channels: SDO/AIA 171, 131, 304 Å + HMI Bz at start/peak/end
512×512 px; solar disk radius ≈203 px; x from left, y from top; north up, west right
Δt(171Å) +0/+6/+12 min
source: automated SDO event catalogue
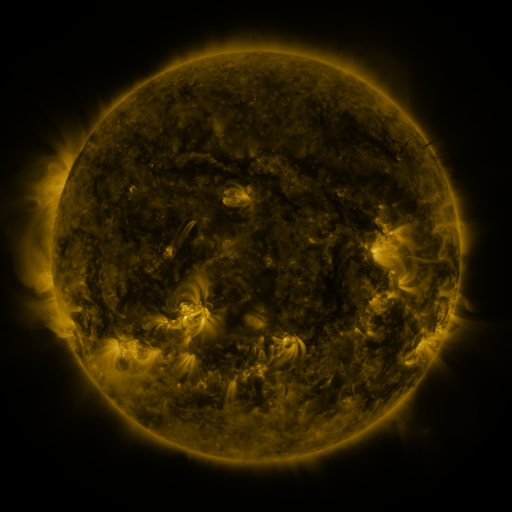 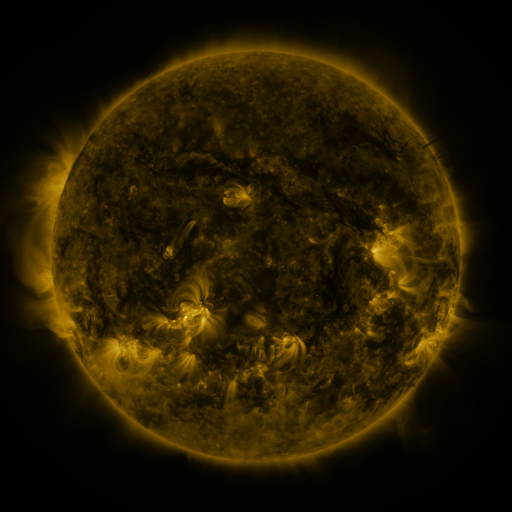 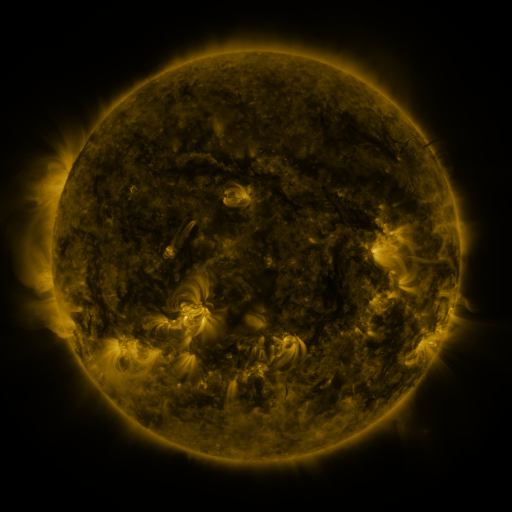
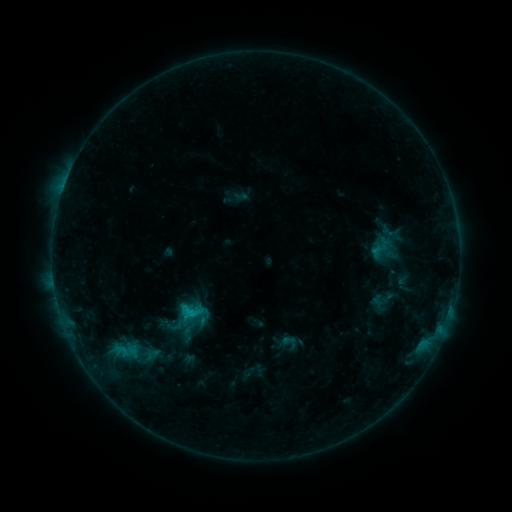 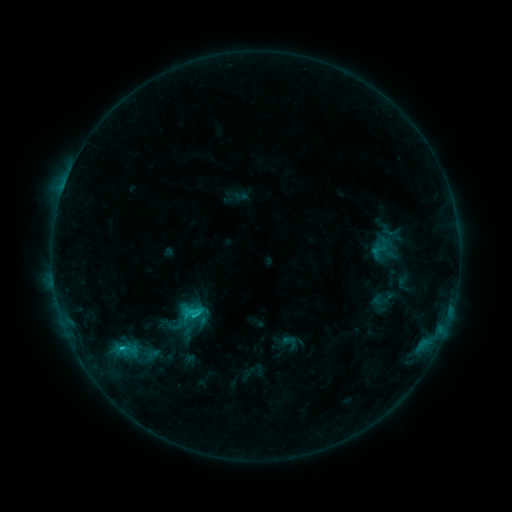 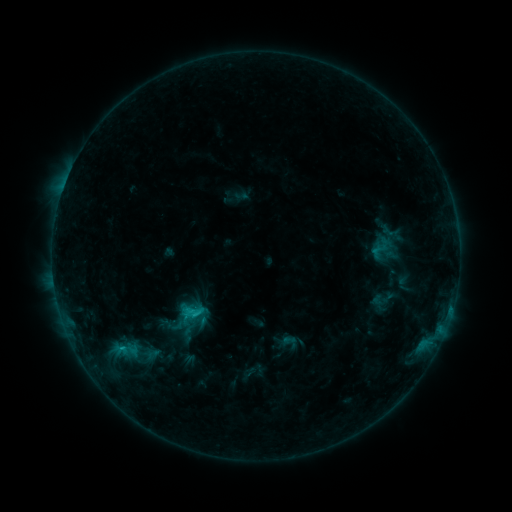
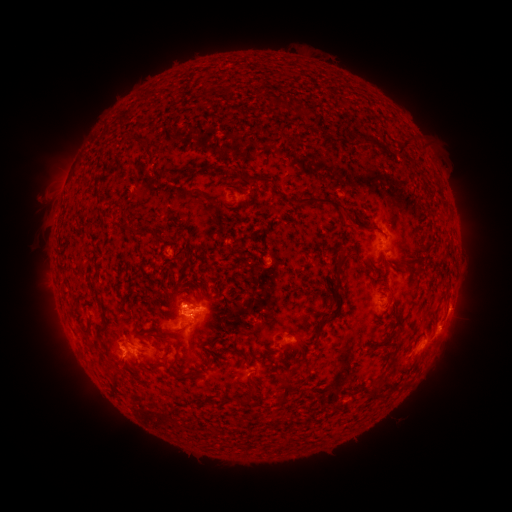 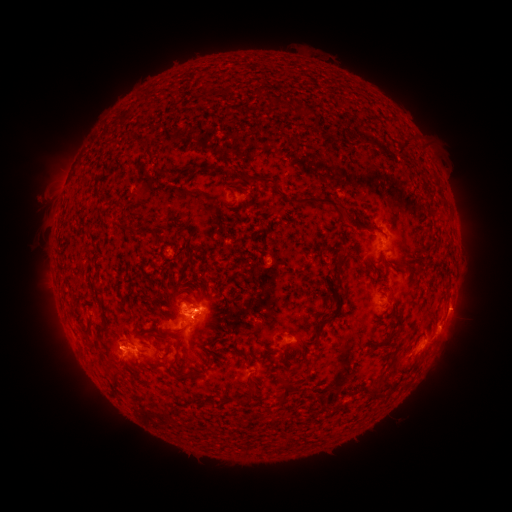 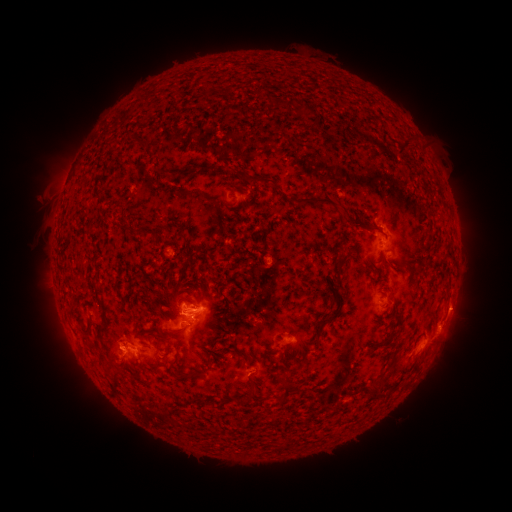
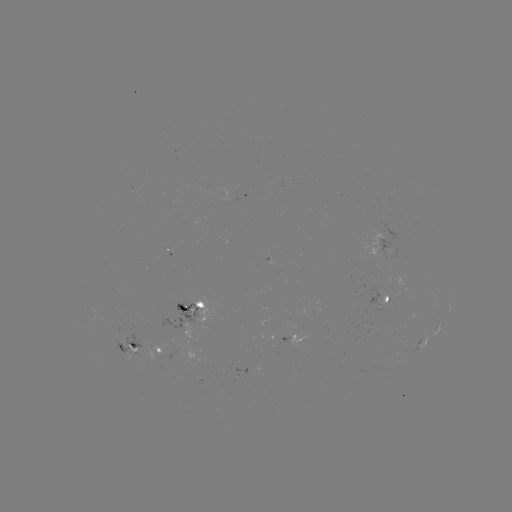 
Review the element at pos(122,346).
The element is C1.4 flare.